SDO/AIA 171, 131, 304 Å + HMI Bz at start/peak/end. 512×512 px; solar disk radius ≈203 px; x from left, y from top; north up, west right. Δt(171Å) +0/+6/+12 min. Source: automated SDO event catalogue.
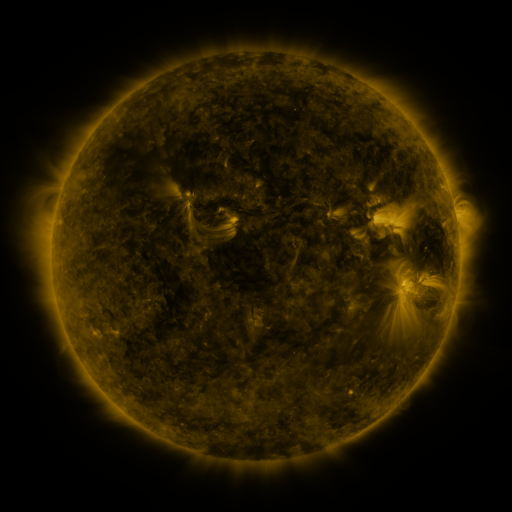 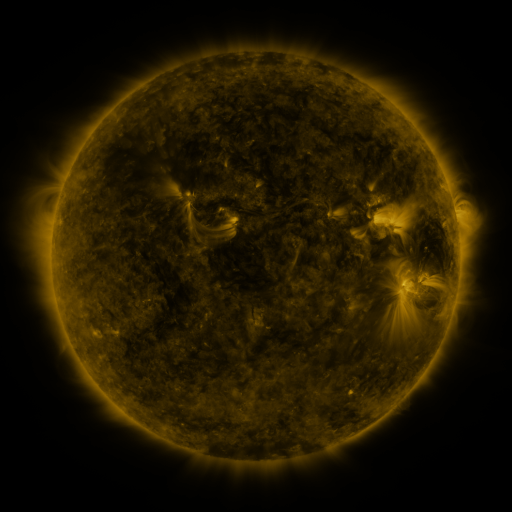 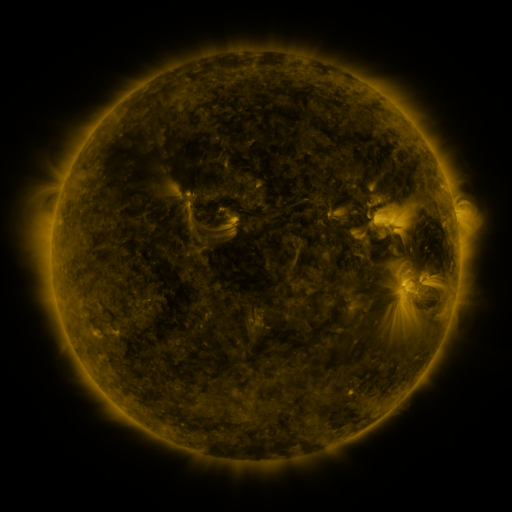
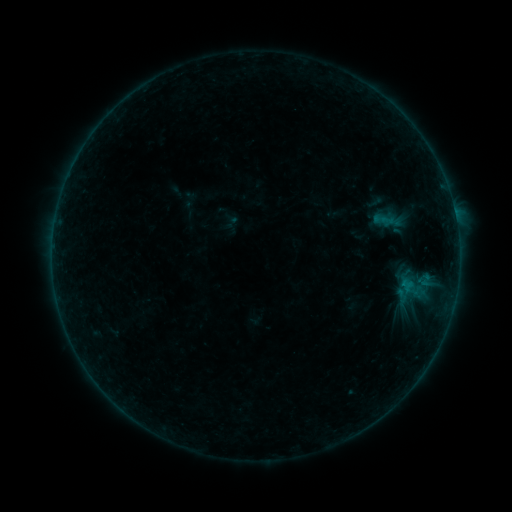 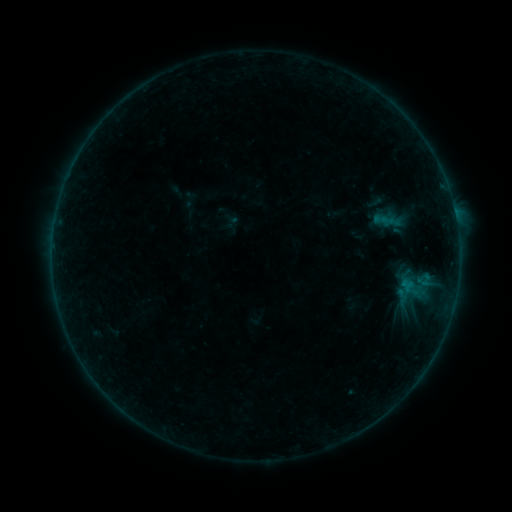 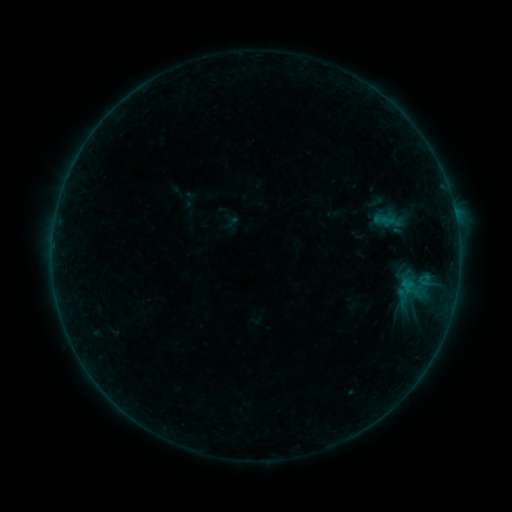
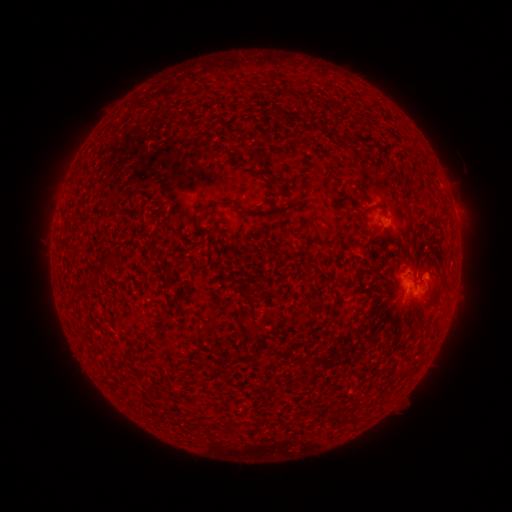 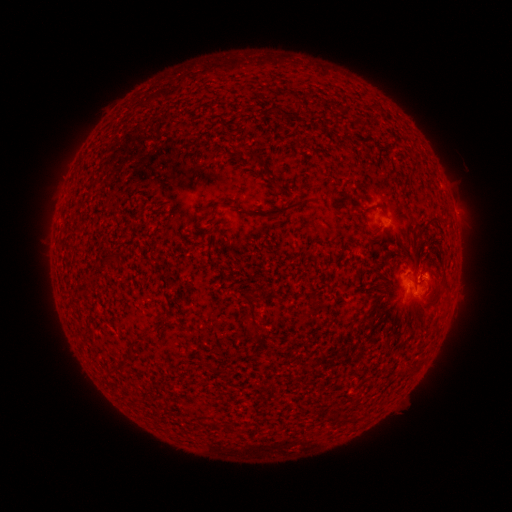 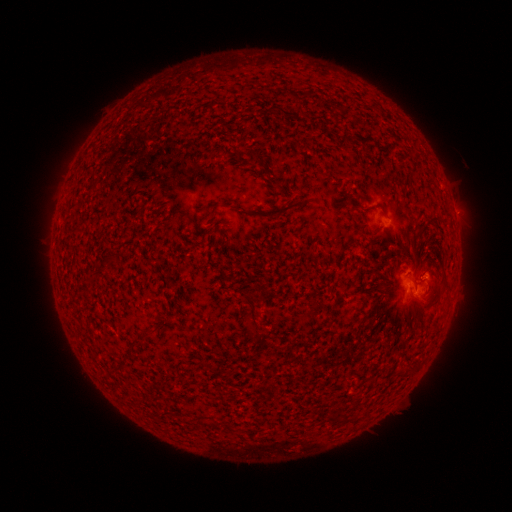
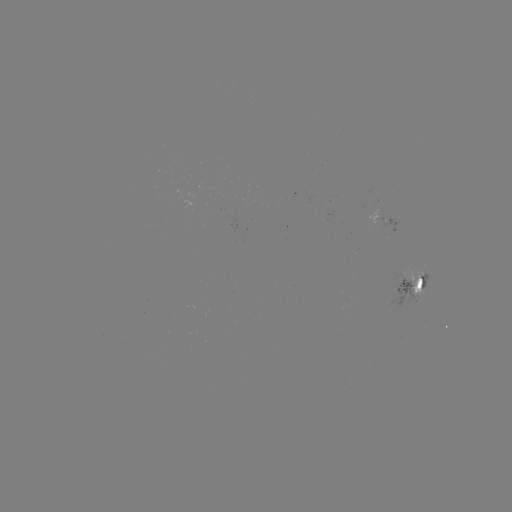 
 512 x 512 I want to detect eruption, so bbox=[397, 244, 442, 288].